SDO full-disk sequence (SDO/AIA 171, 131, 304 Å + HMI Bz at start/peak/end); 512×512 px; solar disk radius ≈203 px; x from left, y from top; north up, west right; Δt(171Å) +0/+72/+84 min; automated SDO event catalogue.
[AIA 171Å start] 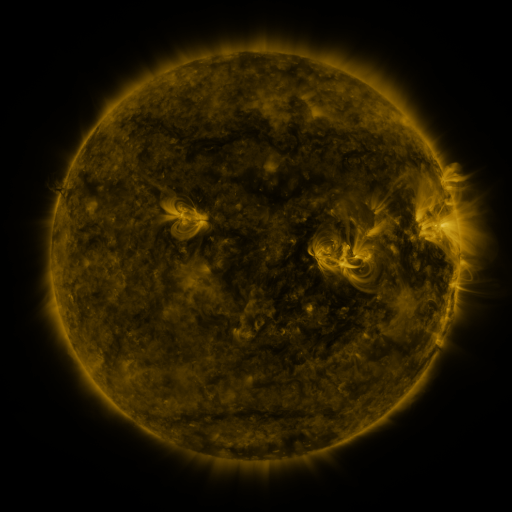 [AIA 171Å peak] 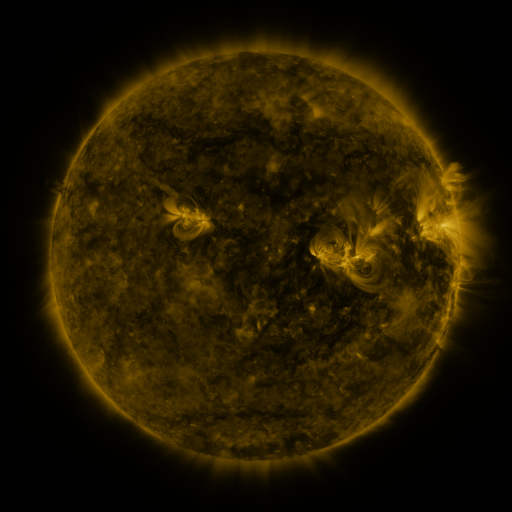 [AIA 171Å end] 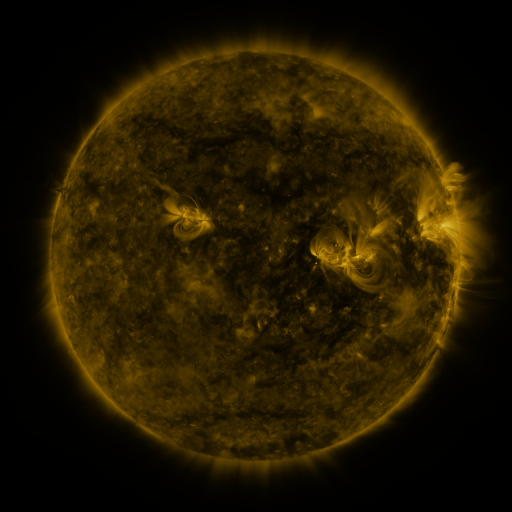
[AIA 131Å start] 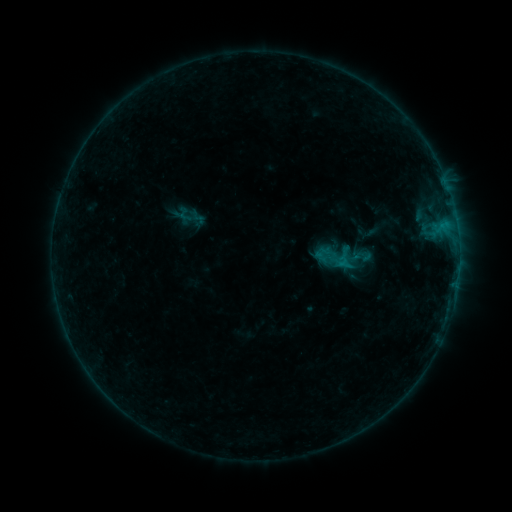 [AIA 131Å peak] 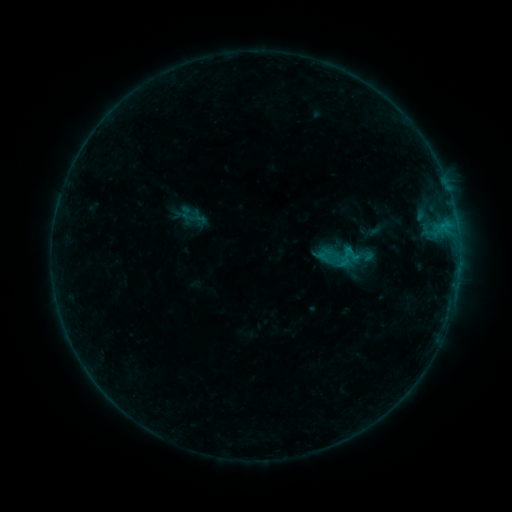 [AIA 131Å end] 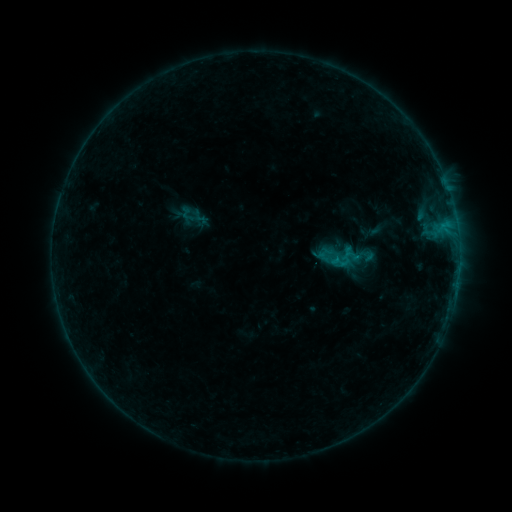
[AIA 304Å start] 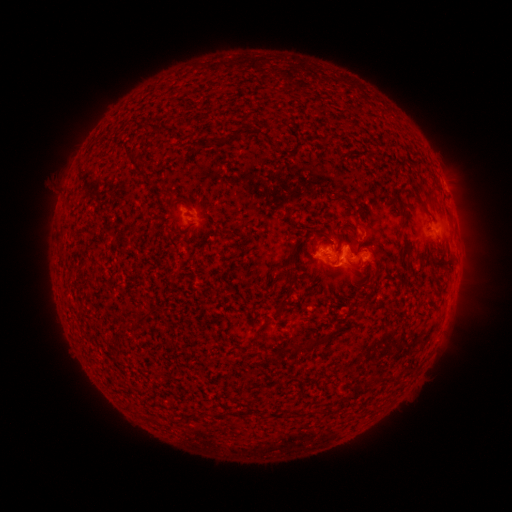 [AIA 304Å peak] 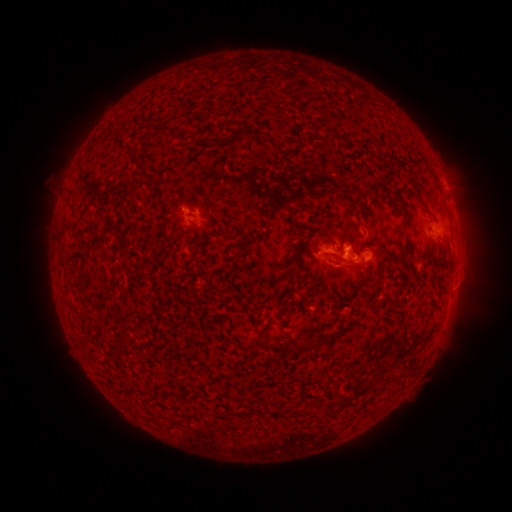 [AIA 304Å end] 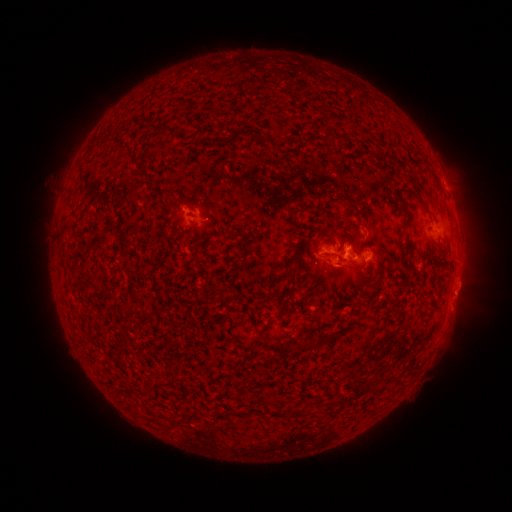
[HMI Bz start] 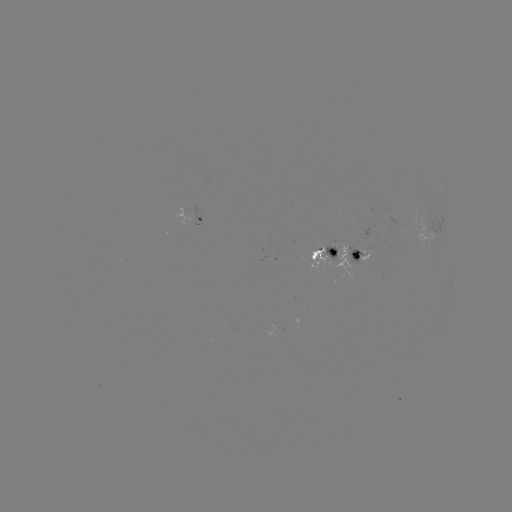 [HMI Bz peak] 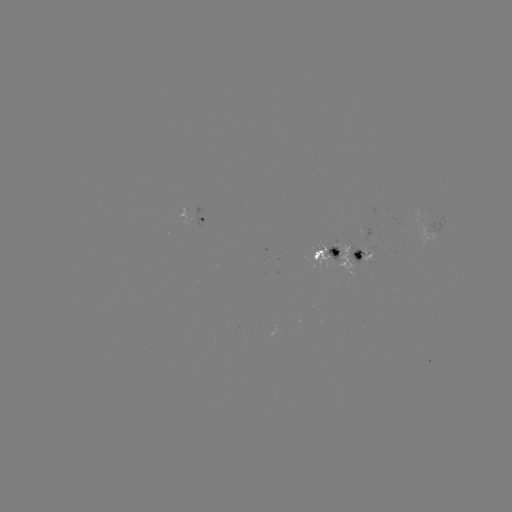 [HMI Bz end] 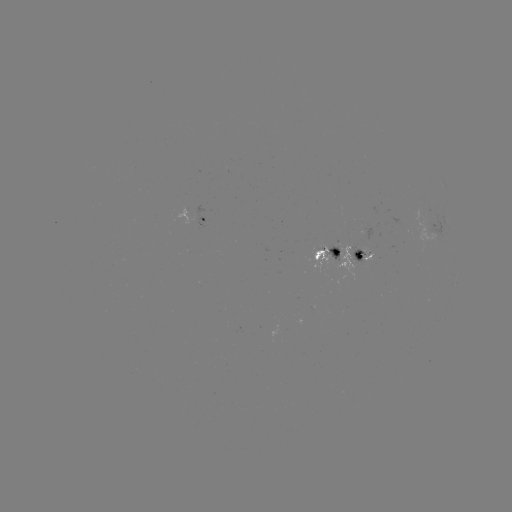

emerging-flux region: <bbox>349, 246, 364, 263</bbox>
